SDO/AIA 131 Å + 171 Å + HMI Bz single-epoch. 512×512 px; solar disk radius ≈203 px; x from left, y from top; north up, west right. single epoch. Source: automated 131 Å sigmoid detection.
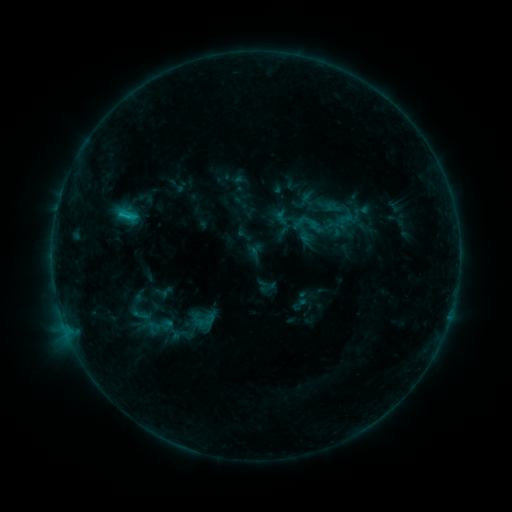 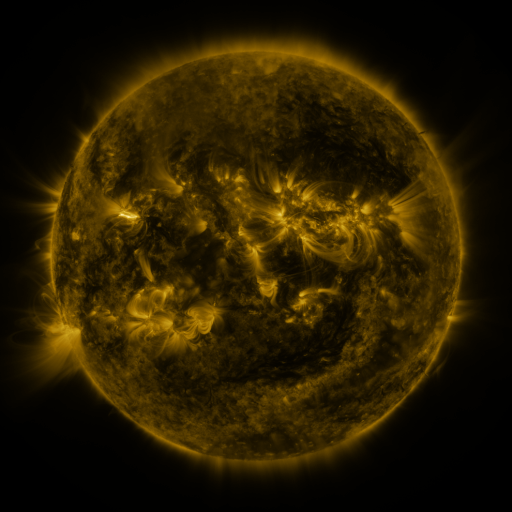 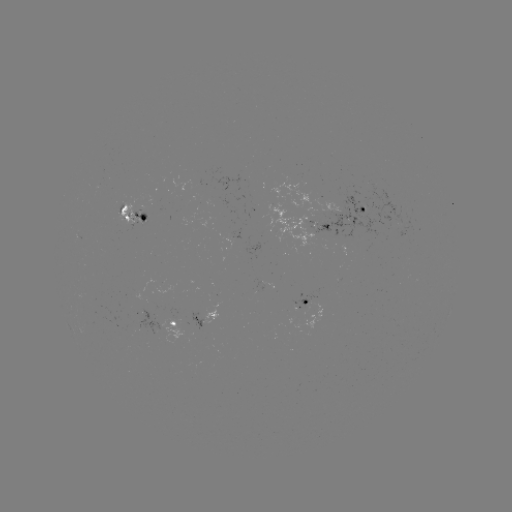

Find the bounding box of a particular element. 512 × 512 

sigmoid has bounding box [295, 210, 327, 238].